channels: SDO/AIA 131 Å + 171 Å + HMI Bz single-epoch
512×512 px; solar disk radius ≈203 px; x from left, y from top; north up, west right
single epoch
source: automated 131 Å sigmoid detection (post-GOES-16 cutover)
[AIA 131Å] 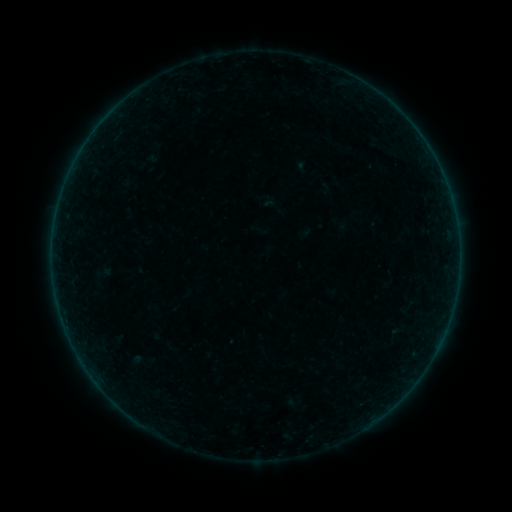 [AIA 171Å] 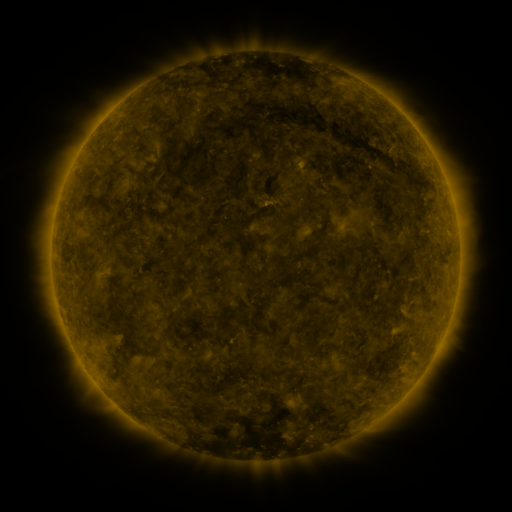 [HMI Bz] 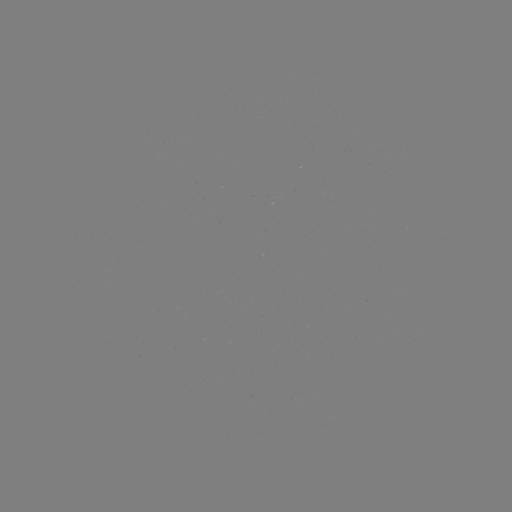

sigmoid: (93, 263, 112, 282)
